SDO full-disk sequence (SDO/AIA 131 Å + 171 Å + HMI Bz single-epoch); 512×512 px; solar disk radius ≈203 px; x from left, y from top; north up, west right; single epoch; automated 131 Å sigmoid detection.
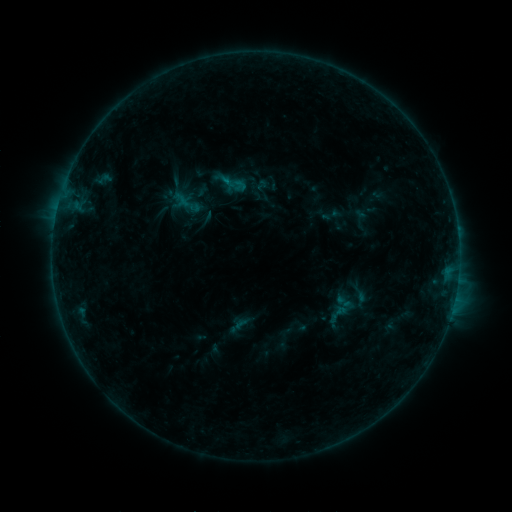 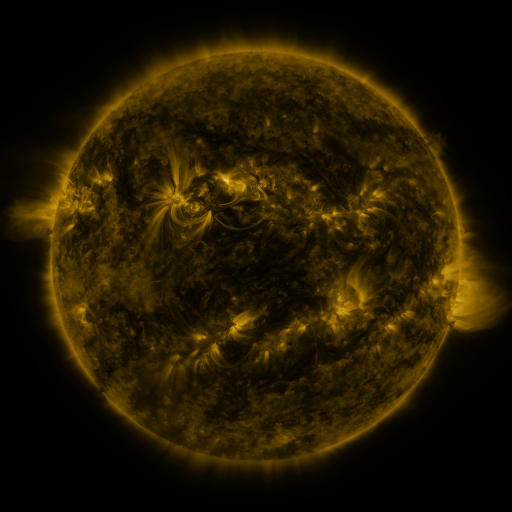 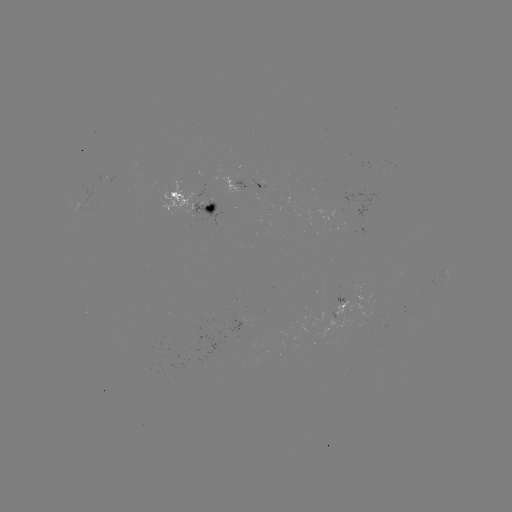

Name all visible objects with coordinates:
sigmoid: (326, 302, 349, 326)
